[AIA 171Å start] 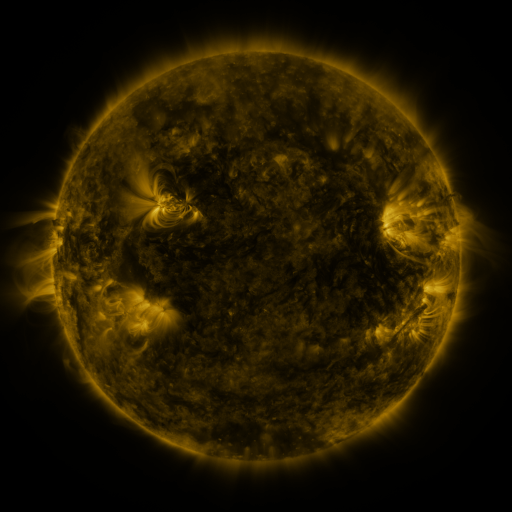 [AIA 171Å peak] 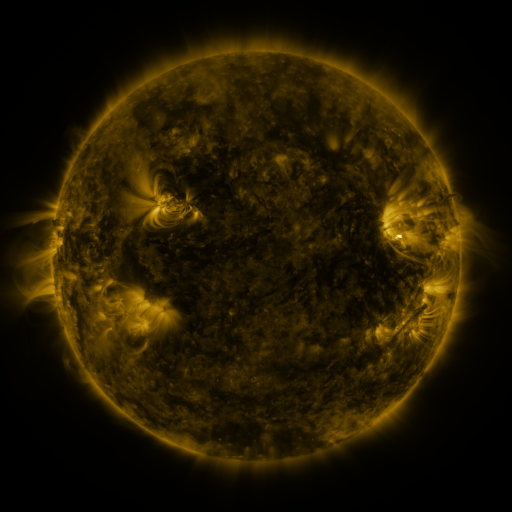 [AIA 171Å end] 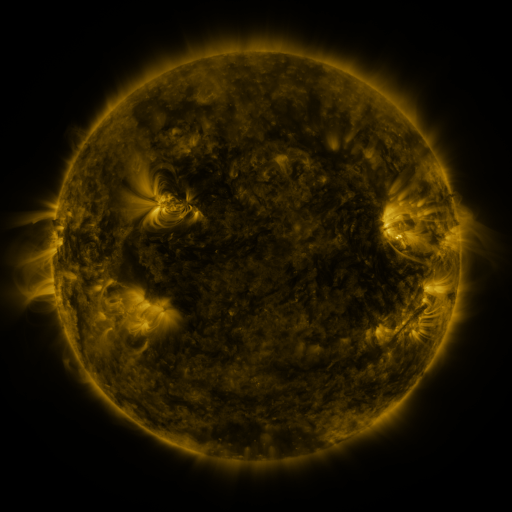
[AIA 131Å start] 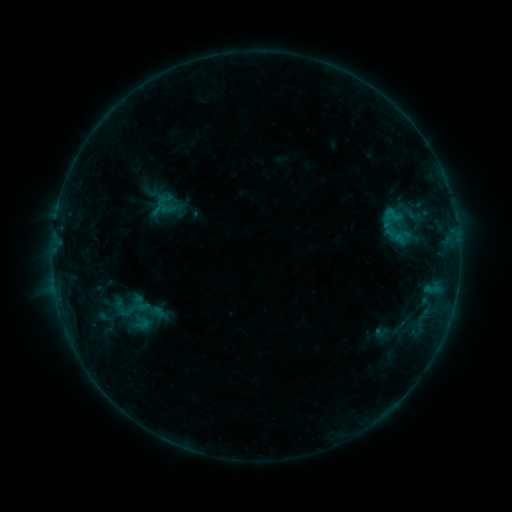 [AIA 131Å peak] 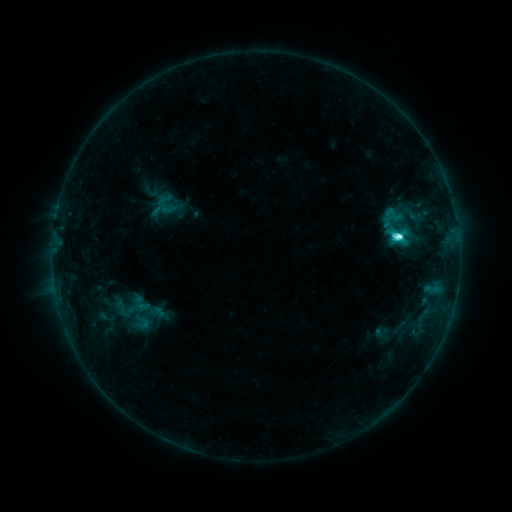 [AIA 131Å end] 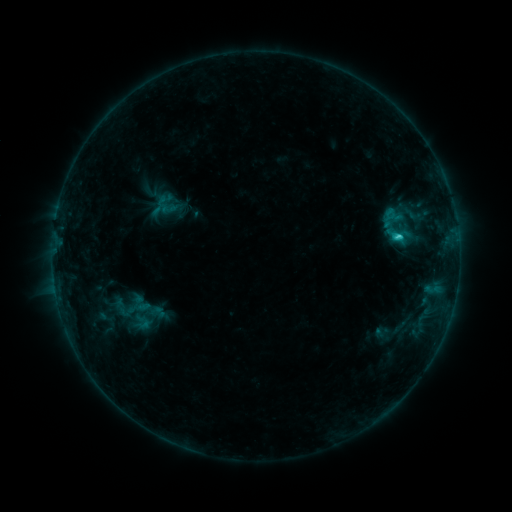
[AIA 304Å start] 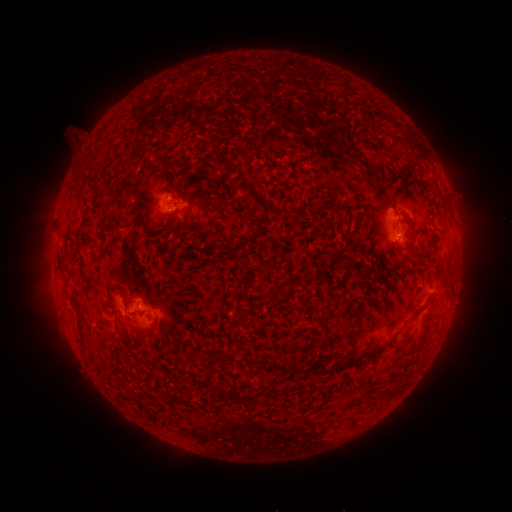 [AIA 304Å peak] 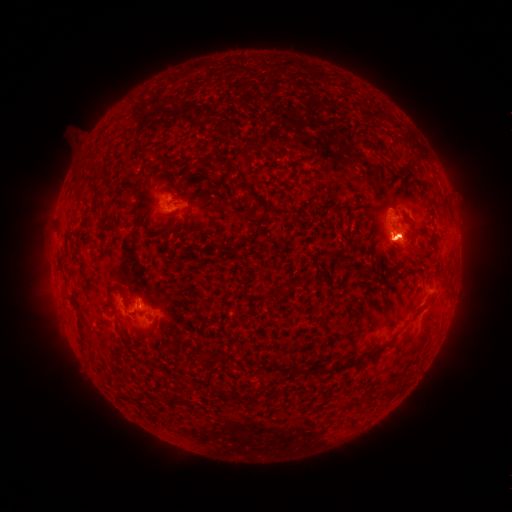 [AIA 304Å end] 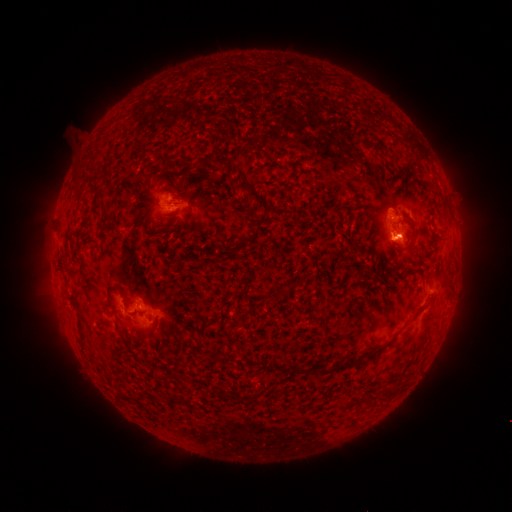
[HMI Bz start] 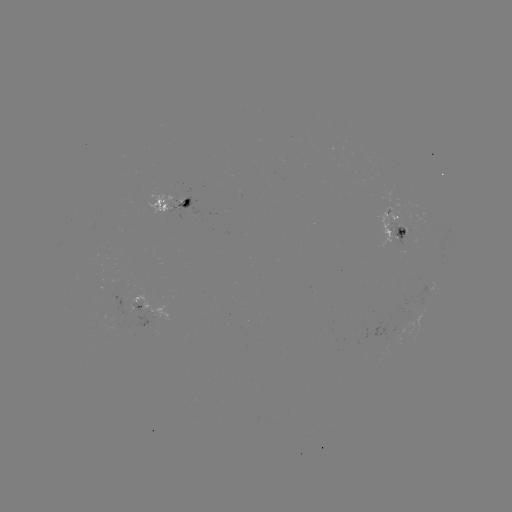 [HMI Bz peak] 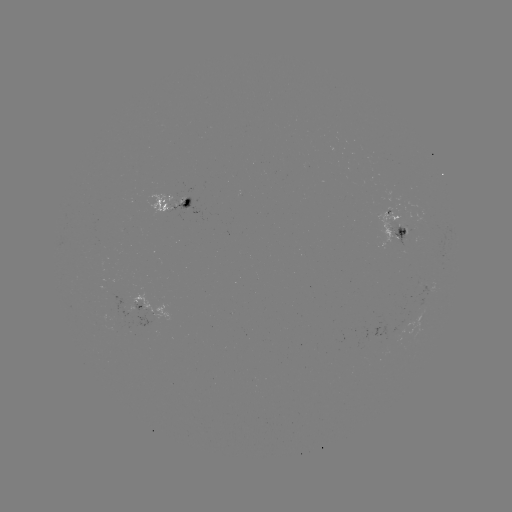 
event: flare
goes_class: C5.3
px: (397, 237)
